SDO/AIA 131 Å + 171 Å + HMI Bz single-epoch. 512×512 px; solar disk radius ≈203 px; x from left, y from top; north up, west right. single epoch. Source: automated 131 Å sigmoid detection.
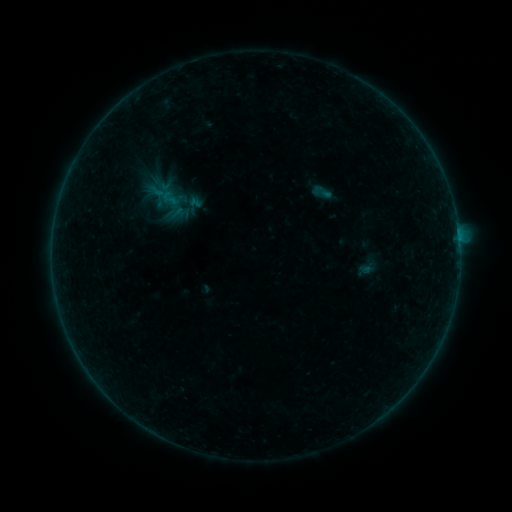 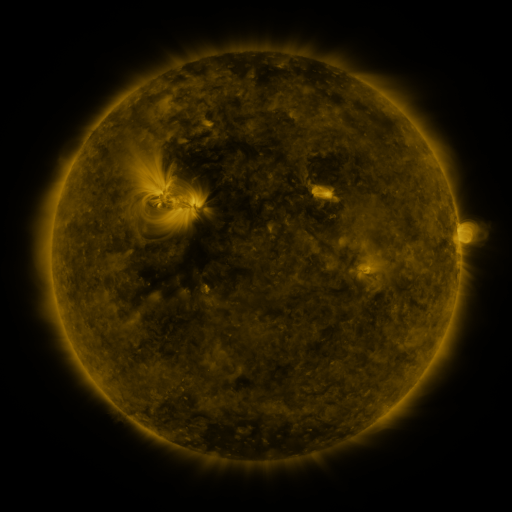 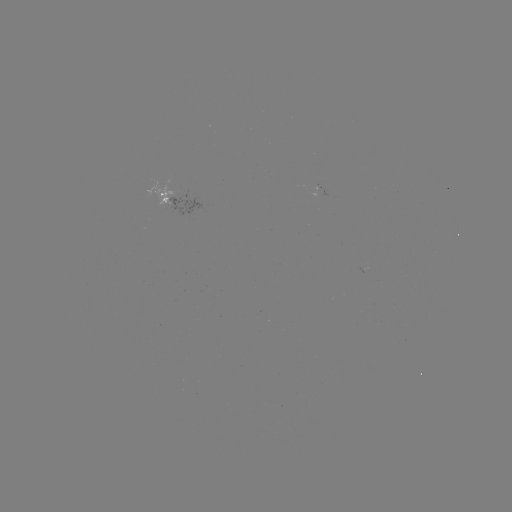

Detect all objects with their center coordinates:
sigmoid: [309, 181, 334, 202]
